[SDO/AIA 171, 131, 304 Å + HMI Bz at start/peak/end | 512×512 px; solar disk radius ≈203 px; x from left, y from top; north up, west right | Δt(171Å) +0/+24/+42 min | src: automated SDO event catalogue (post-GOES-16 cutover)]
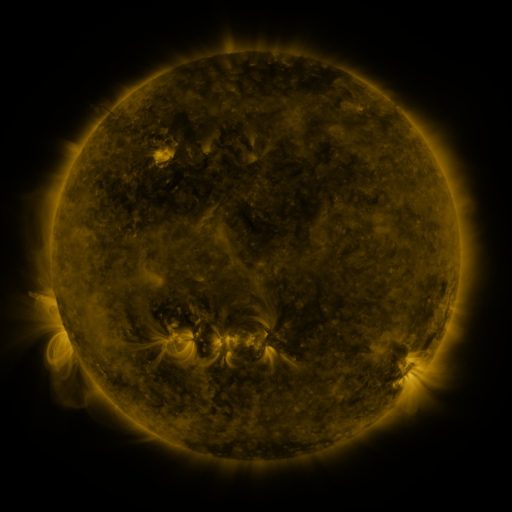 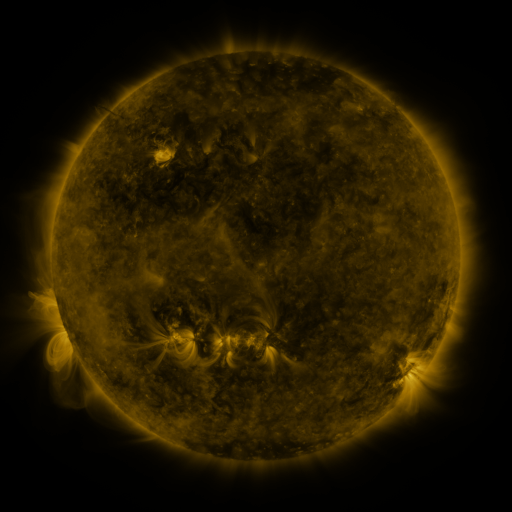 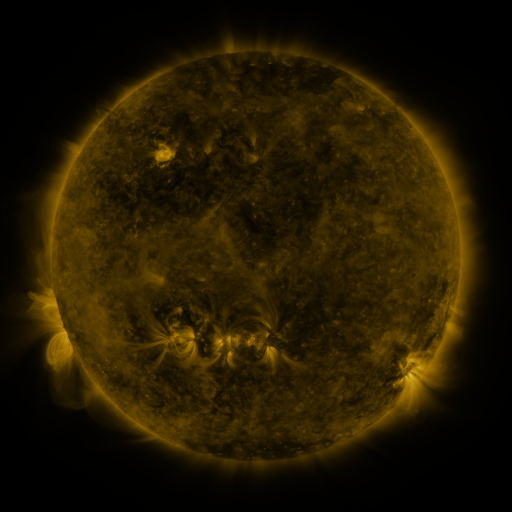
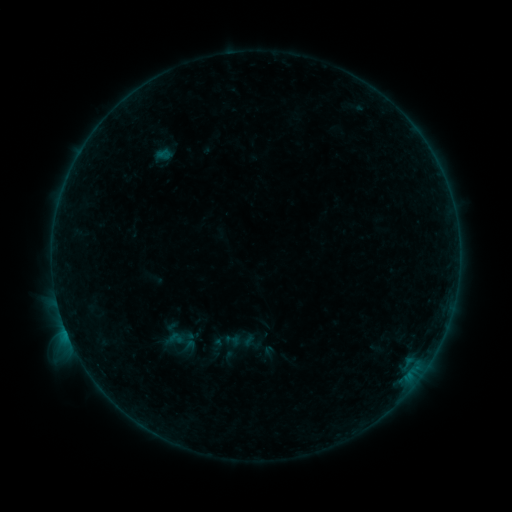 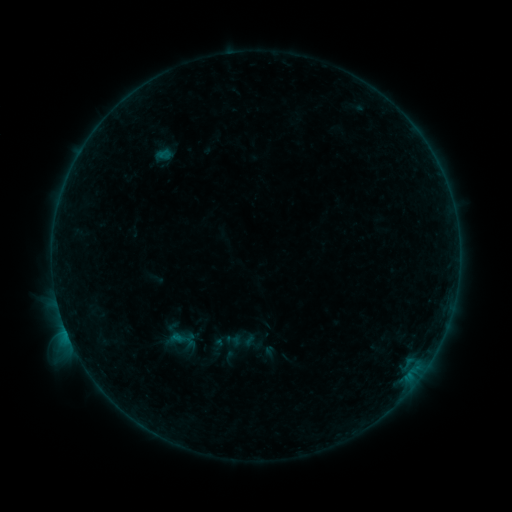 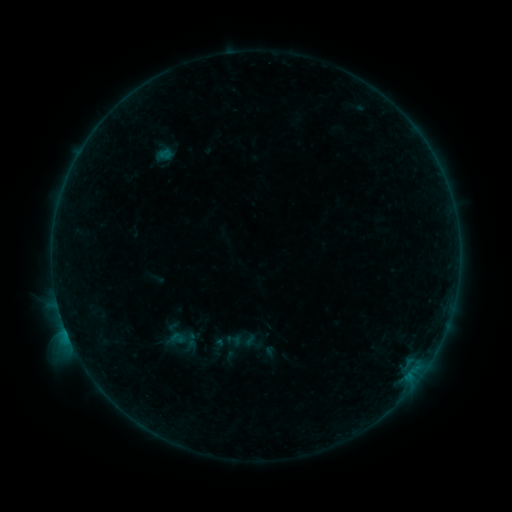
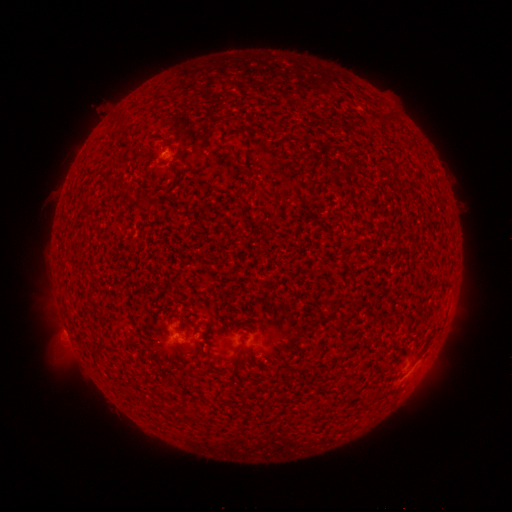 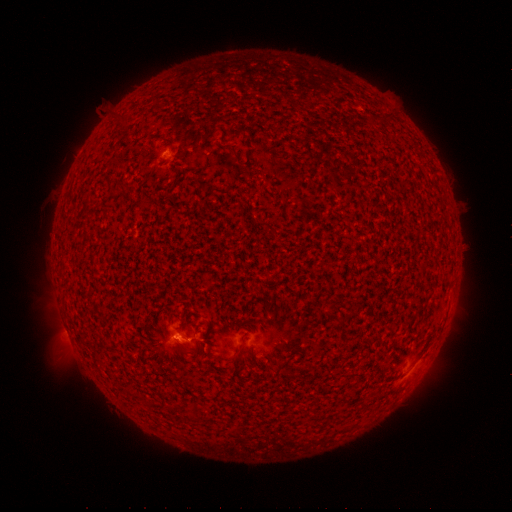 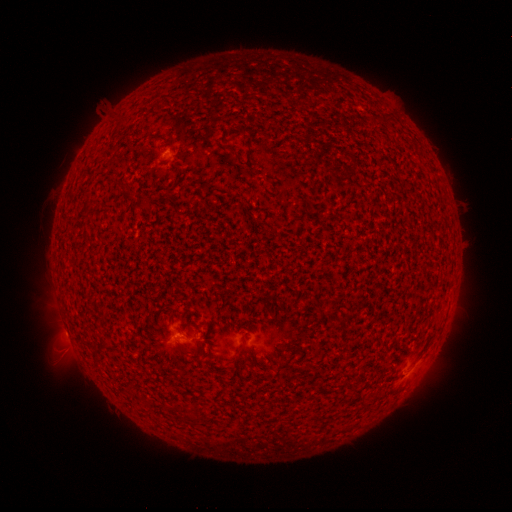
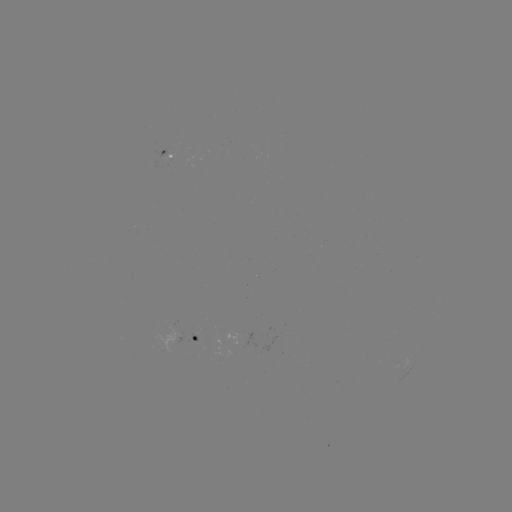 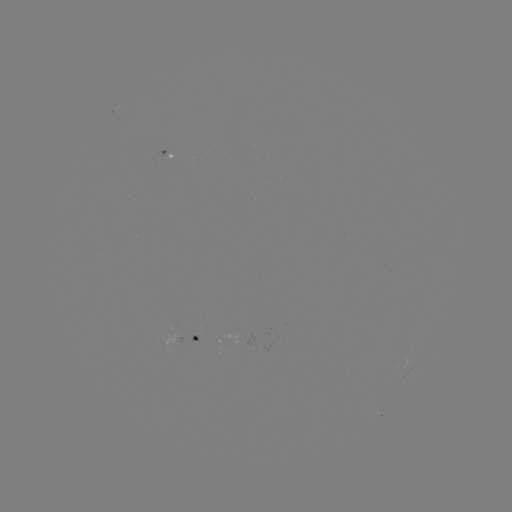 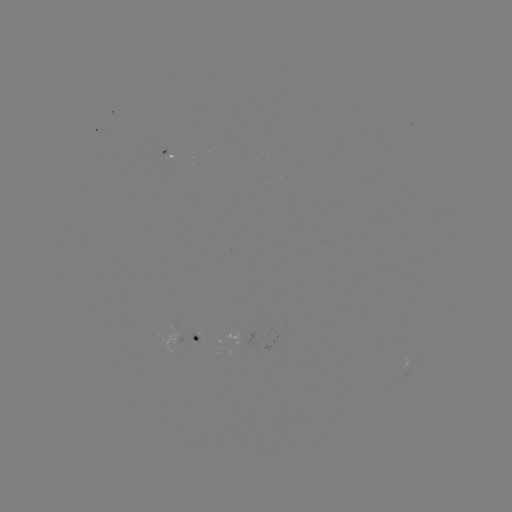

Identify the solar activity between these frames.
B4.5 flare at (70, 338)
